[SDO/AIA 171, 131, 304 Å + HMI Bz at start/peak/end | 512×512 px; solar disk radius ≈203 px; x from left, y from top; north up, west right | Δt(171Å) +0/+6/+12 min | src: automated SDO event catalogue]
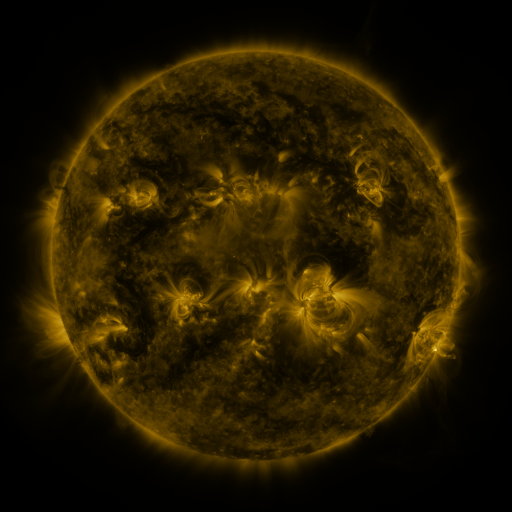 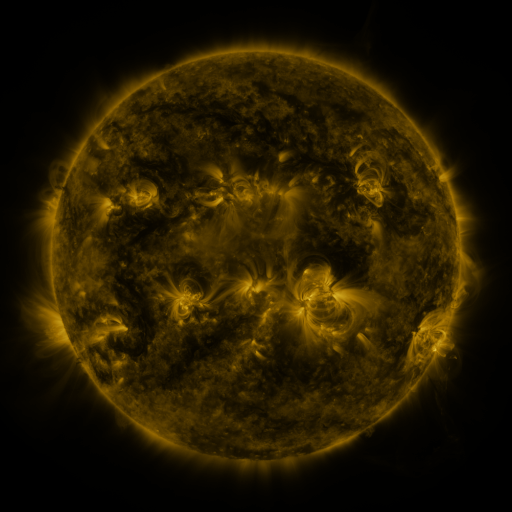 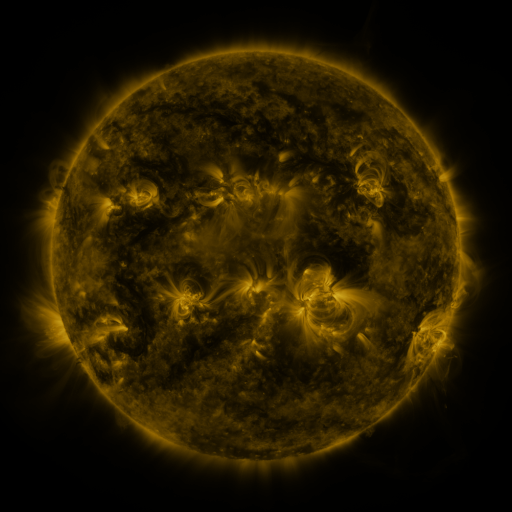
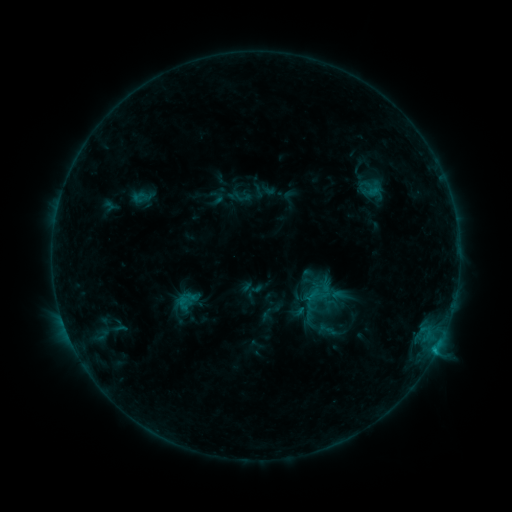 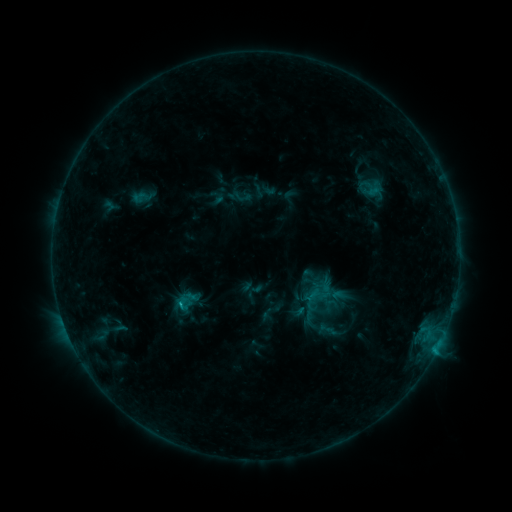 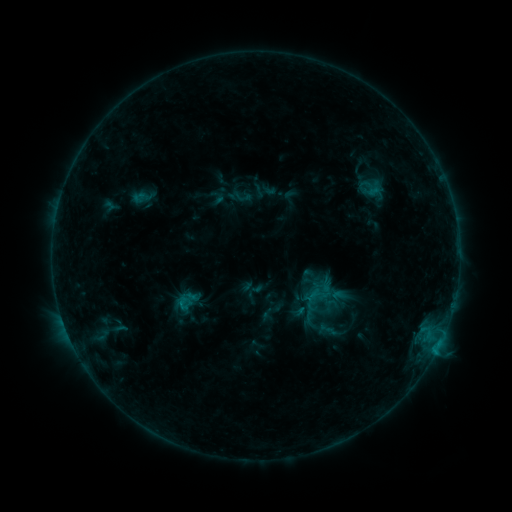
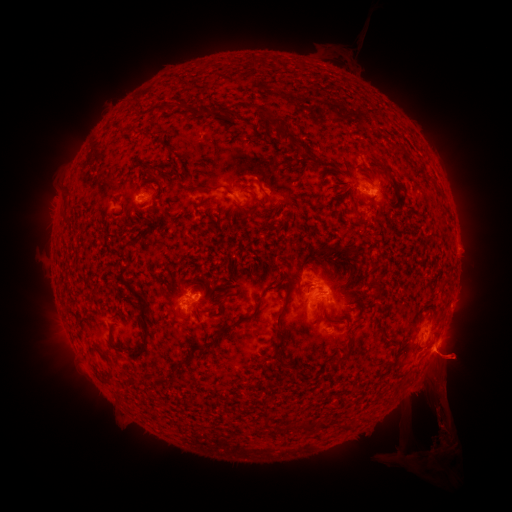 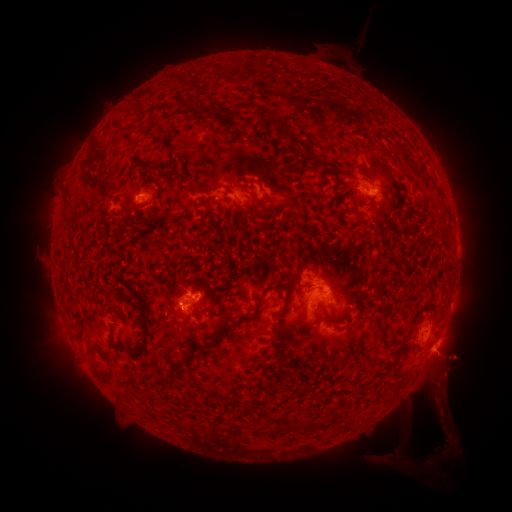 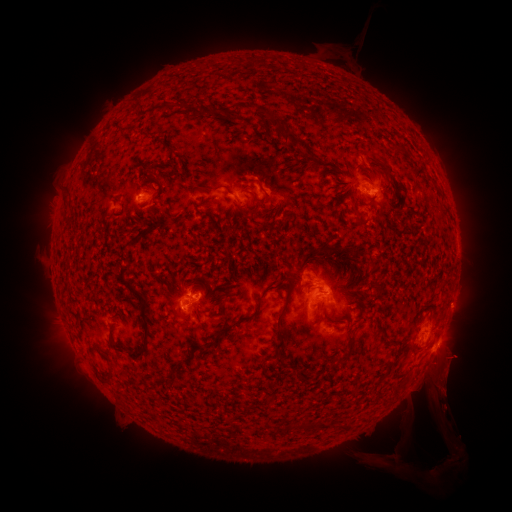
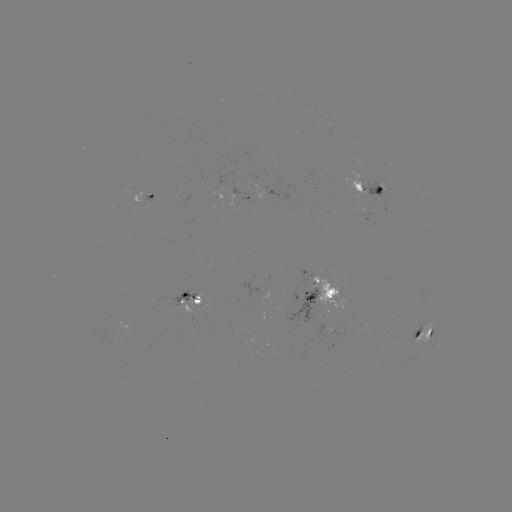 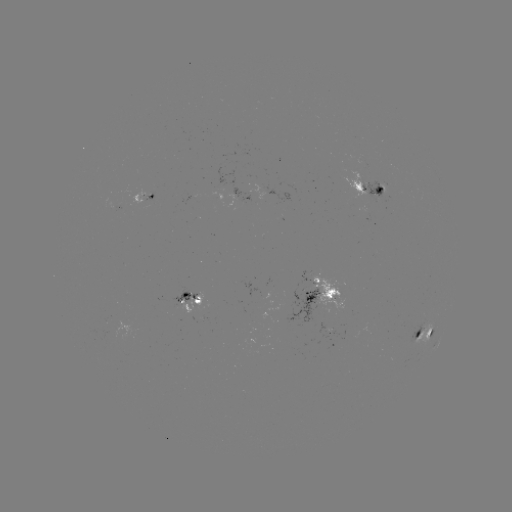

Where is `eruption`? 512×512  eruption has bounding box [418, 337, 480, 471].